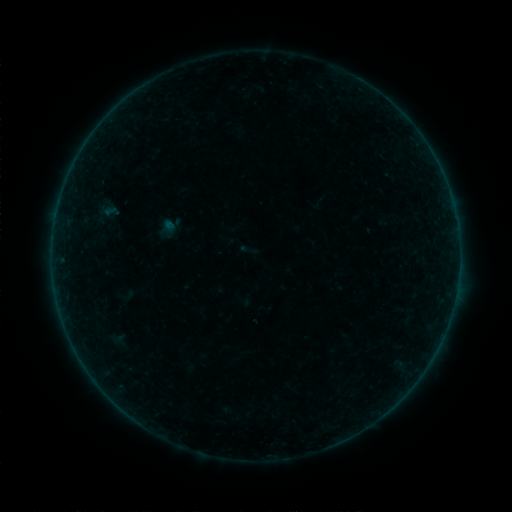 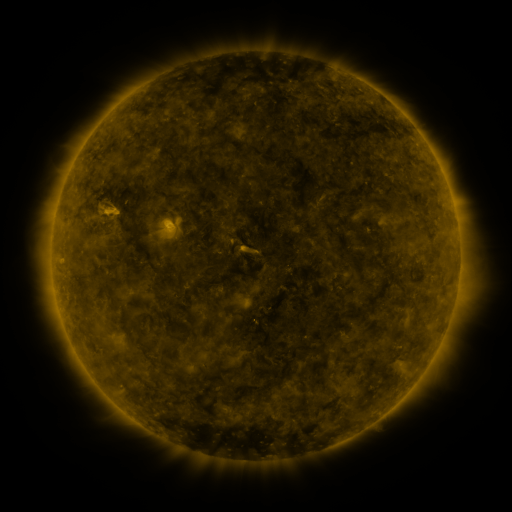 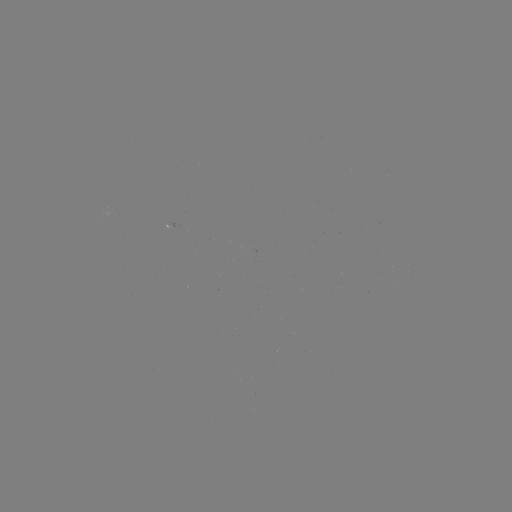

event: sigmoid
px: (248, 249)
